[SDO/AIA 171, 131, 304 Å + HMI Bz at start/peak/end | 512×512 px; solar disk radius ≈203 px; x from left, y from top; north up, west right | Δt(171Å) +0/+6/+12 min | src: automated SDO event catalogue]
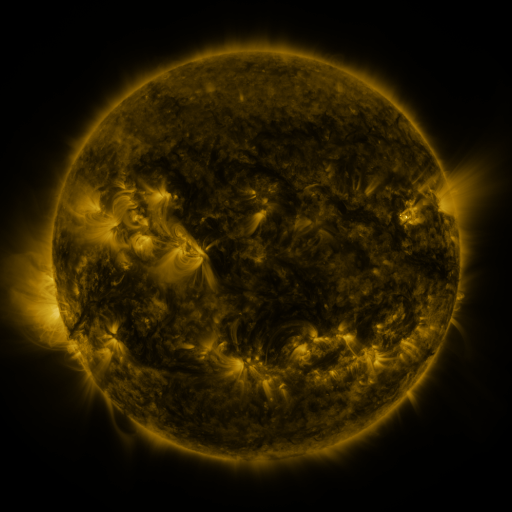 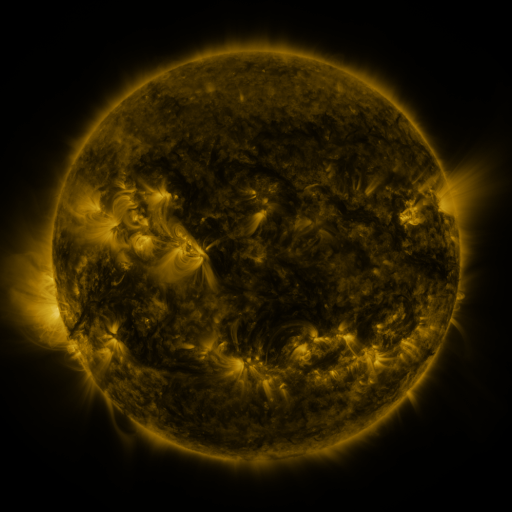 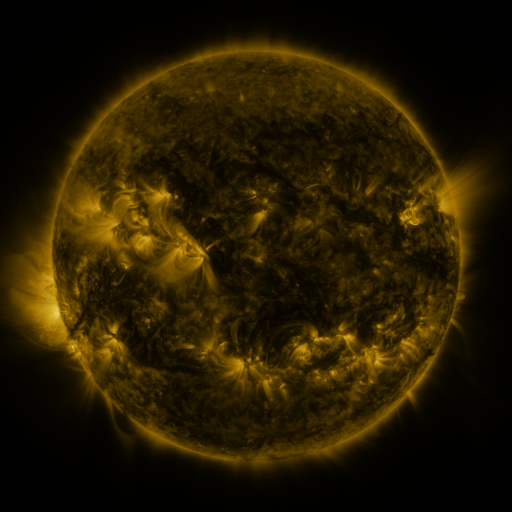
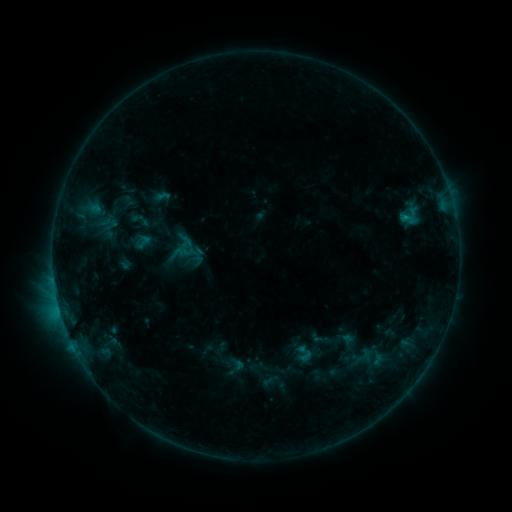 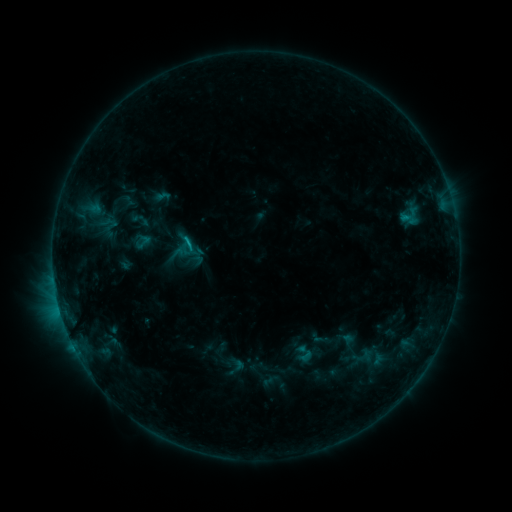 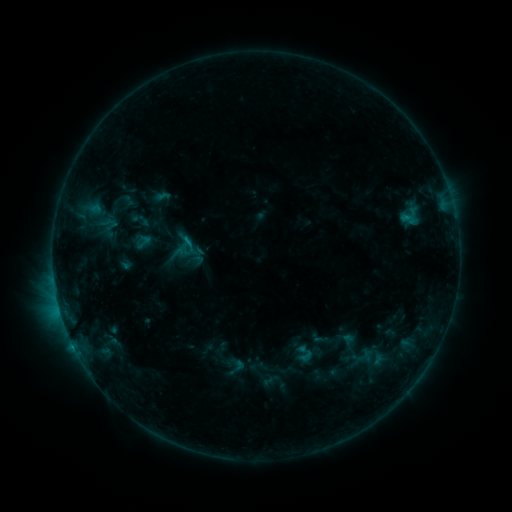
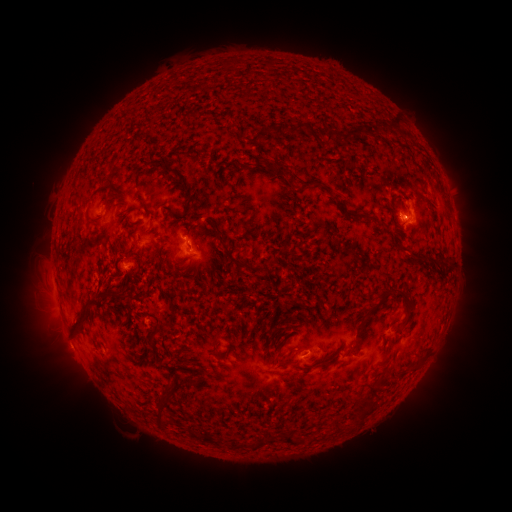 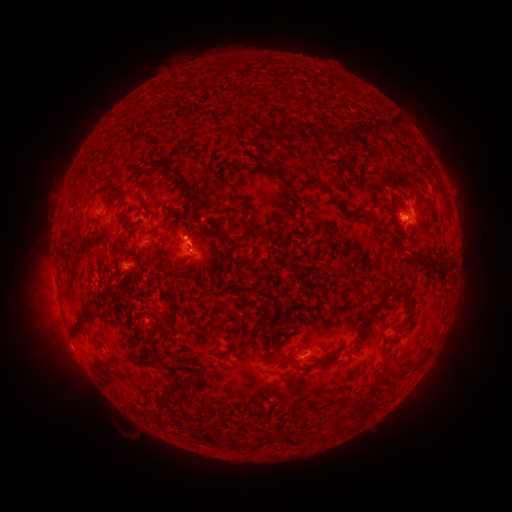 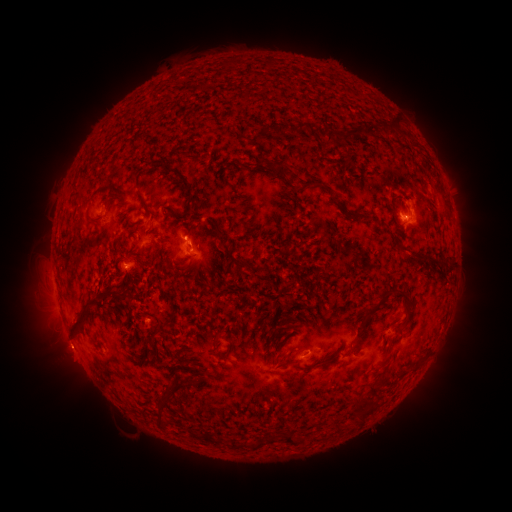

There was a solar flare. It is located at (190, 248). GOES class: B7.9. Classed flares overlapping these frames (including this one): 1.